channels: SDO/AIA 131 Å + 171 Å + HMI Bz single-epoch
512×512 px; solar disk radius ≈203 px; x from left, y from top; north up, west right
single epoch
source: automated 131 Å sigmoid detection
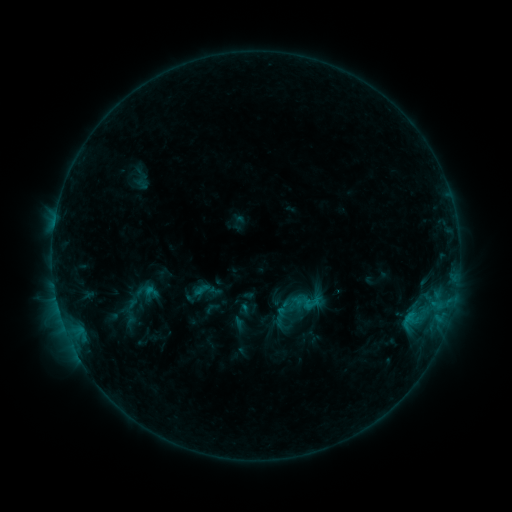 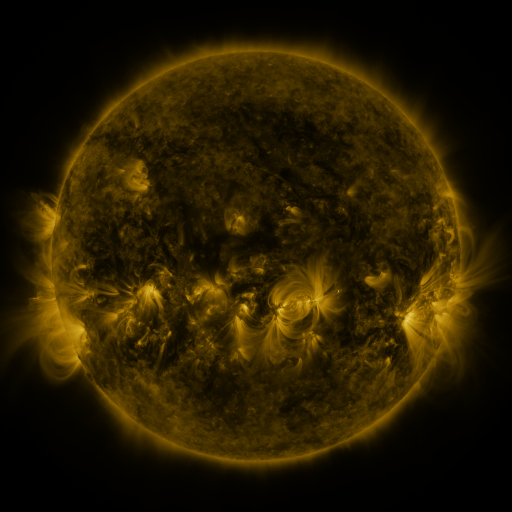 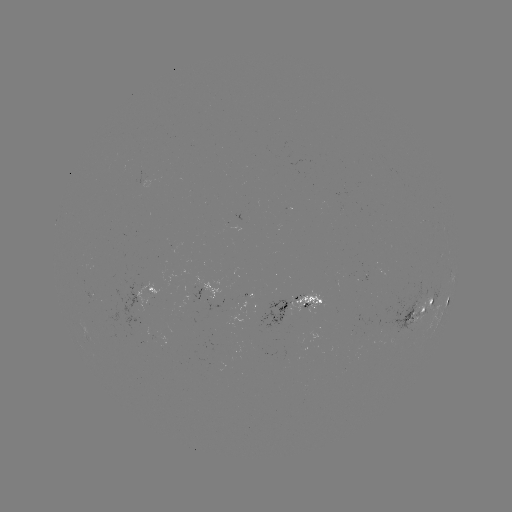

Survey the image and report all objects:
sigmoid: (312, 303)
sigmoid: (294, 305)
